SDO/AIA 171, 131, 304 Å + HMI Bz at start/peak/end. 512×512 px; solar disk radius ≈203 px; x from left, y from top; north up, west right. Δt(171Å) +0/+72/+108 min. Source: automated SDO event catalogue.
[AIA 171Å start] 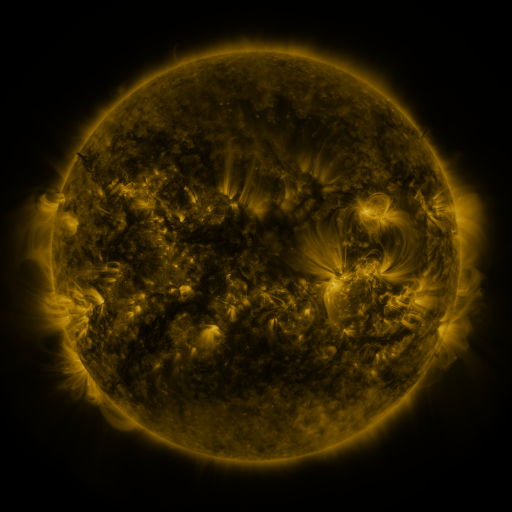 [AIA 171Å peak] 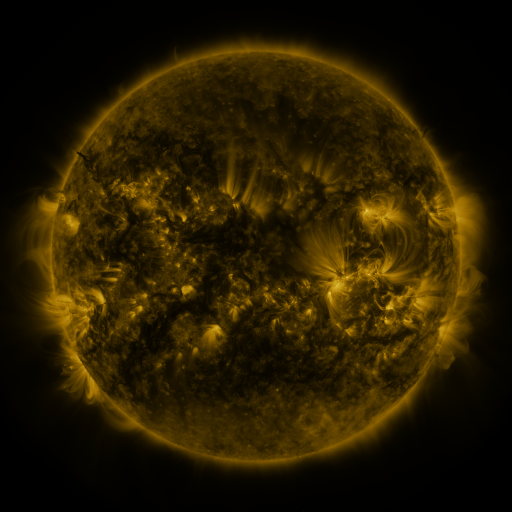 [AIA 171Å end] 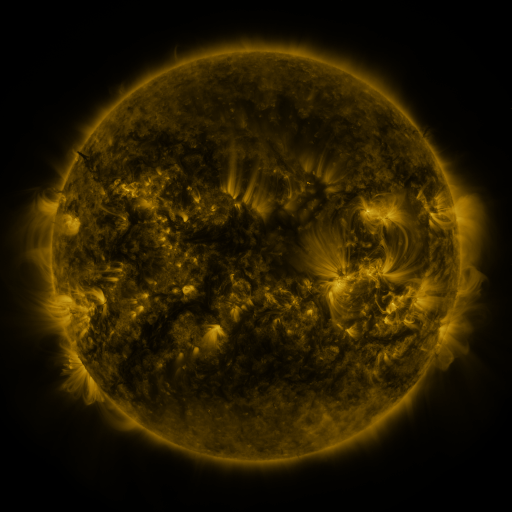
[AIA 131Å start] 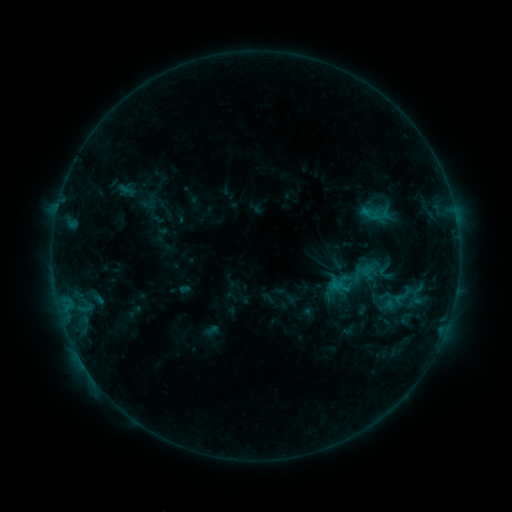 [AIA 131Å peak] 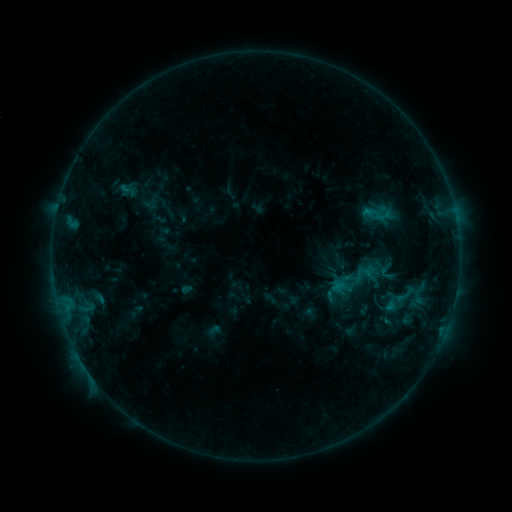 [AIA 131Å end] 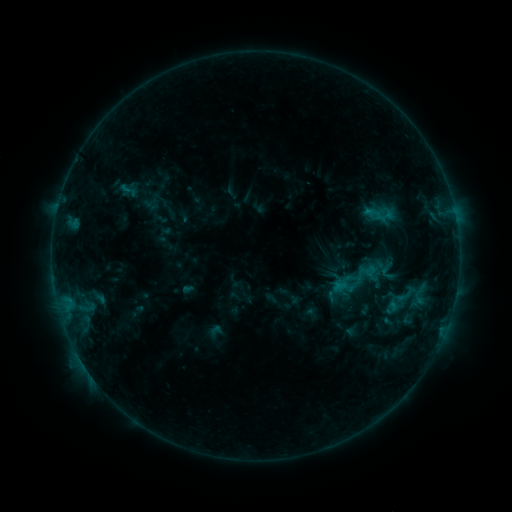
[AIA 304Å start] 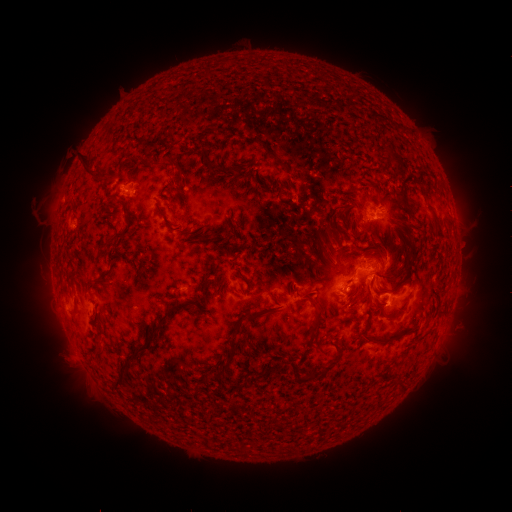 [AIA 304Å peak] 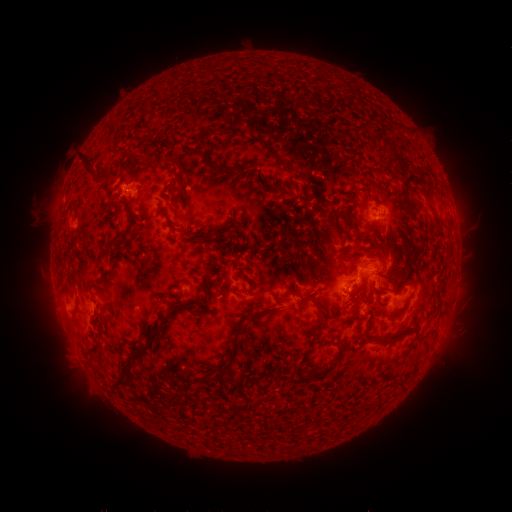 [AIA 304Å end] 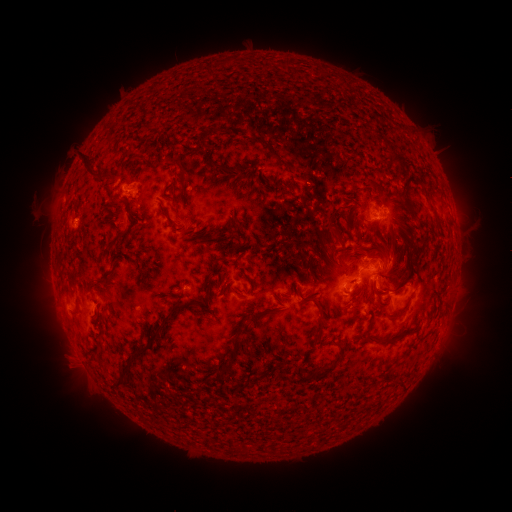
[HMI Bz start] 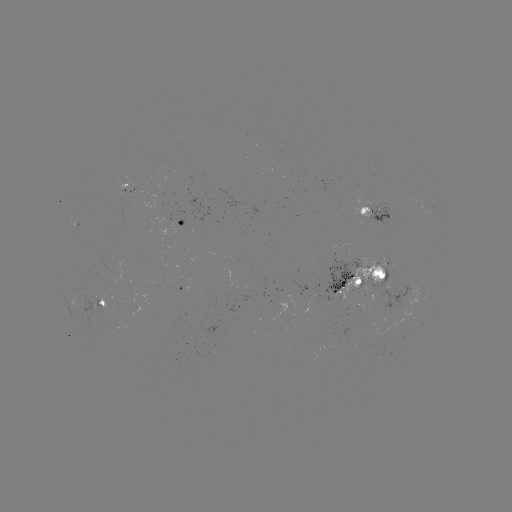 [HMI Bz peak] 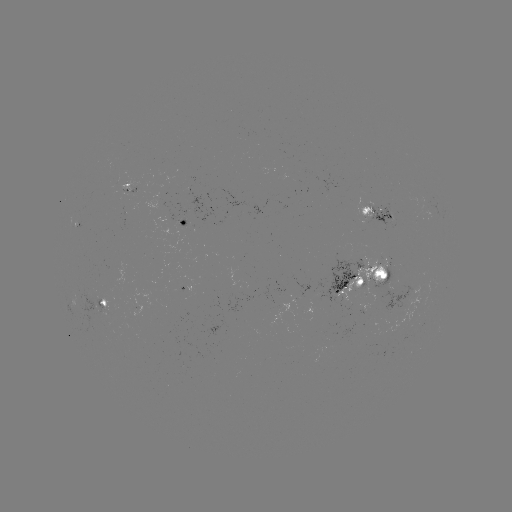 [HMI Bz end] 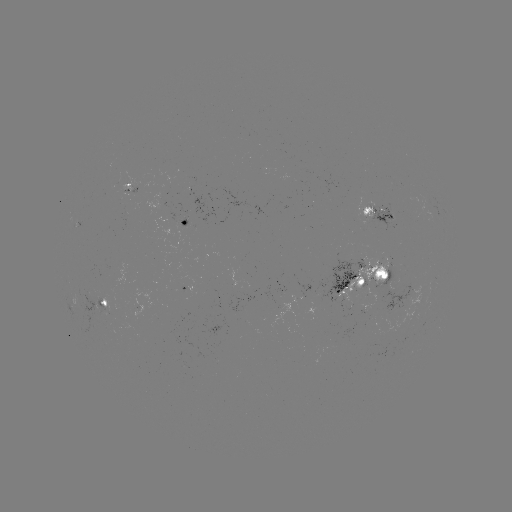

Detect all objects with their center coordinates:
emerging-flux region: (423, 301)
